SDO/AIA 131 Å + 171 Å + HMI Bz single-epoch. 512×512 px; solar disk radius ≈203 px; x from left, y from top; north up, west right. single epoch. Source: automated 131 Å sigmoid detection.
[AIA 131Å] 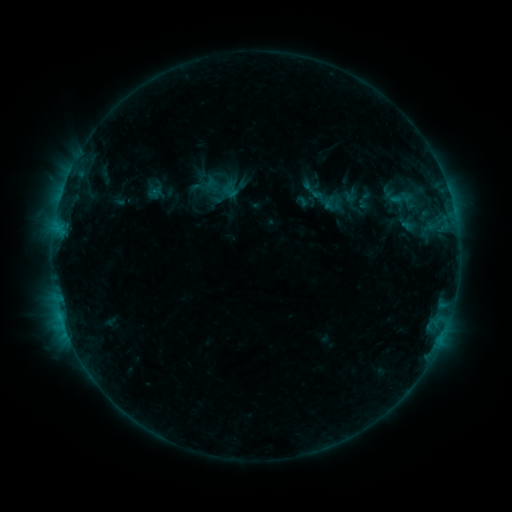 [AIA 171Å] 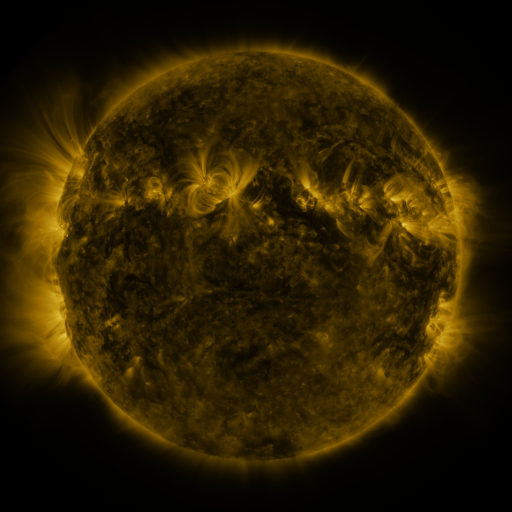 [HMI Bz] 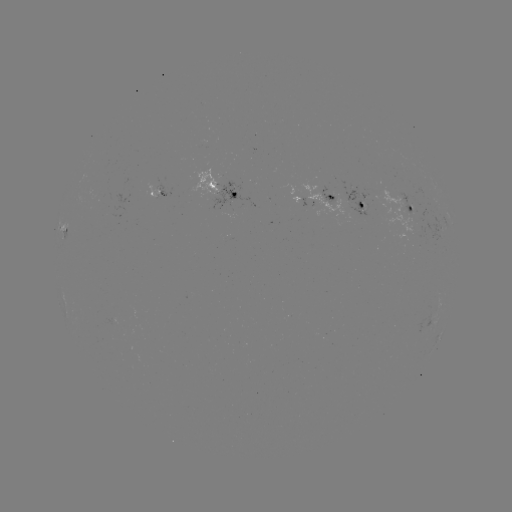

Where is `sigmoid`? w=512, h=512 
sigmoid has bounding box [385, 187, 419, 211].